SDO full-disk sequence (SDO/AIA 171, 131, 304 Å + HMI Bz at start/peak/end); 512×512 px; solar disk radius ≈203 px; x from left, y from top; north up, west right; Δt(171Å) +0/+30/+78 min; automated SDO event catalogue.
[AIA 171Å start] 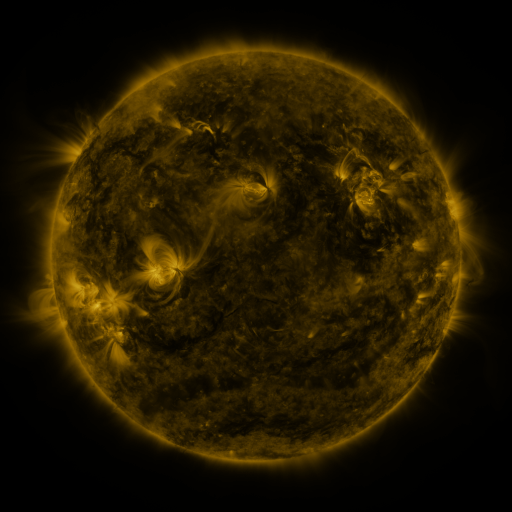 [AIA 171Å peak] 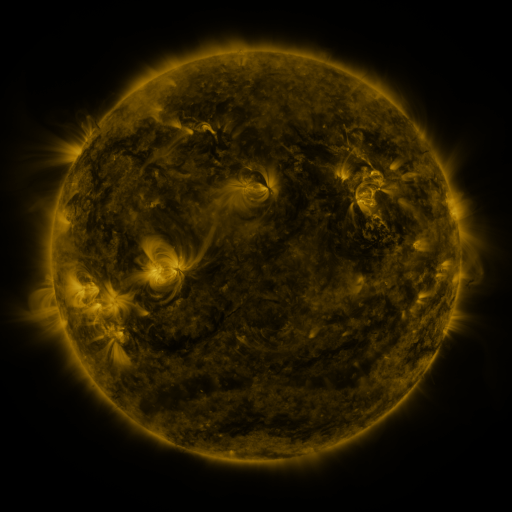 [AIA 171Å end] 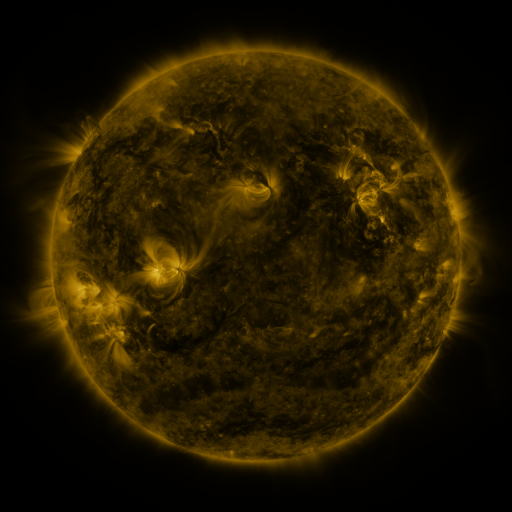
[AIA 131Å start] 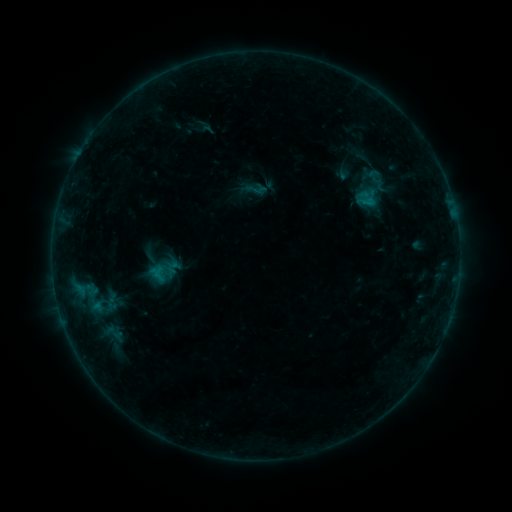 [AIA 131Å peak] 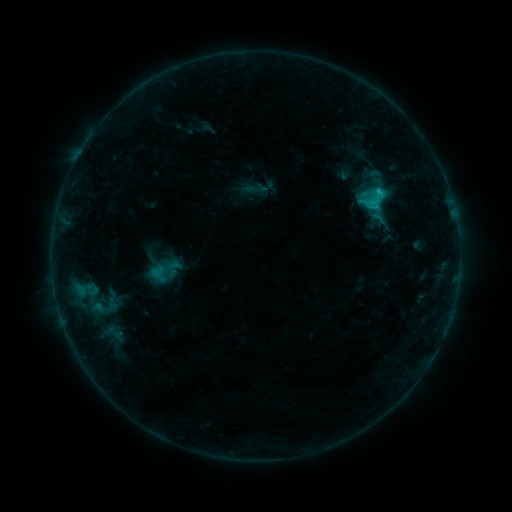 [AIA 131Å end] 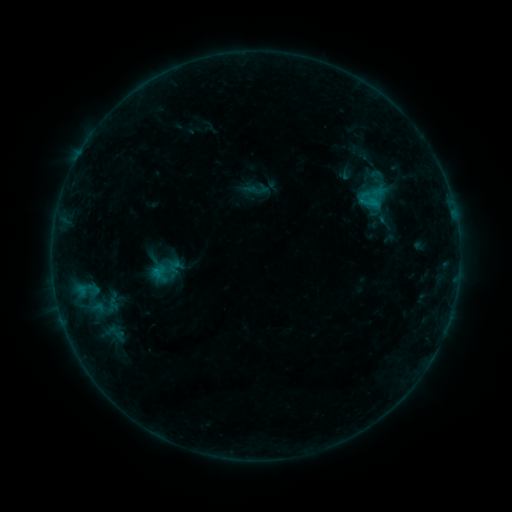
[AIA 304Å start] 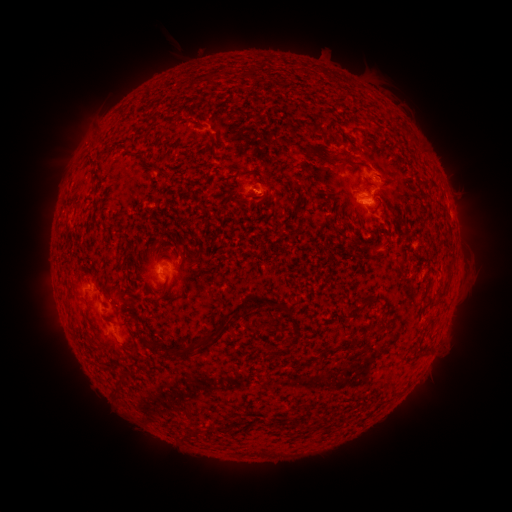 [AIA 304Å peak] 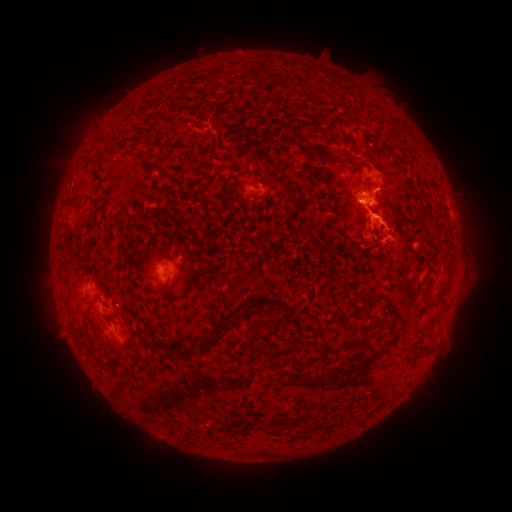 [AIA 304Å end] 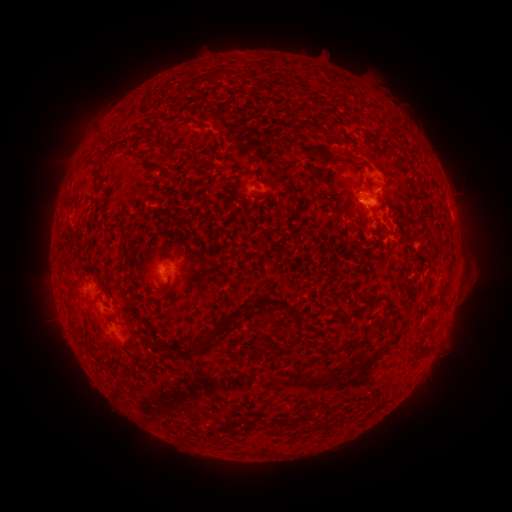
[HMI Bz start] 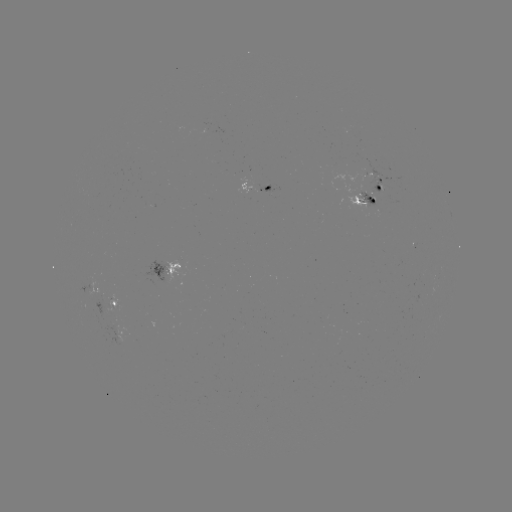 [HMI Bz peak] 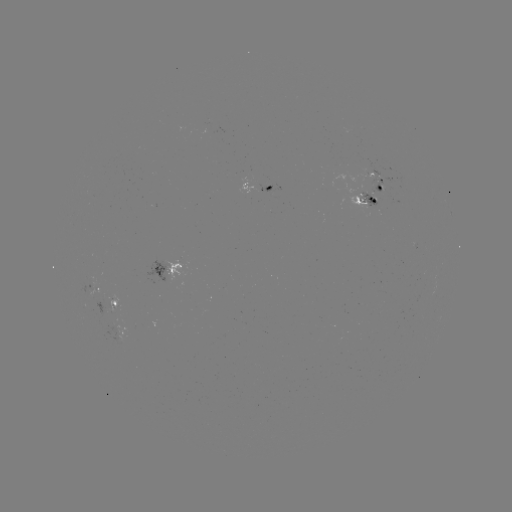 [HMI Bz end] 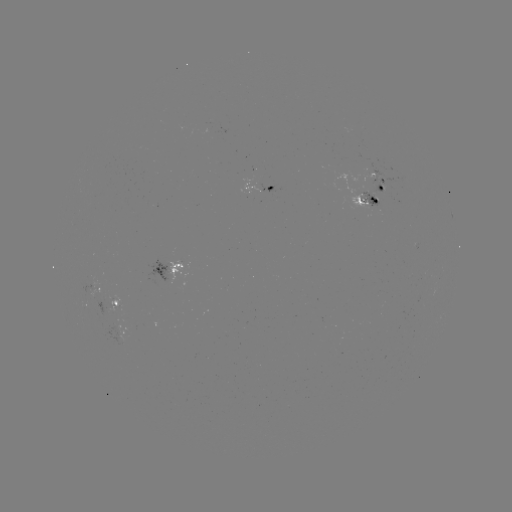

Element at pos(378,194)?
C2.2 flare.